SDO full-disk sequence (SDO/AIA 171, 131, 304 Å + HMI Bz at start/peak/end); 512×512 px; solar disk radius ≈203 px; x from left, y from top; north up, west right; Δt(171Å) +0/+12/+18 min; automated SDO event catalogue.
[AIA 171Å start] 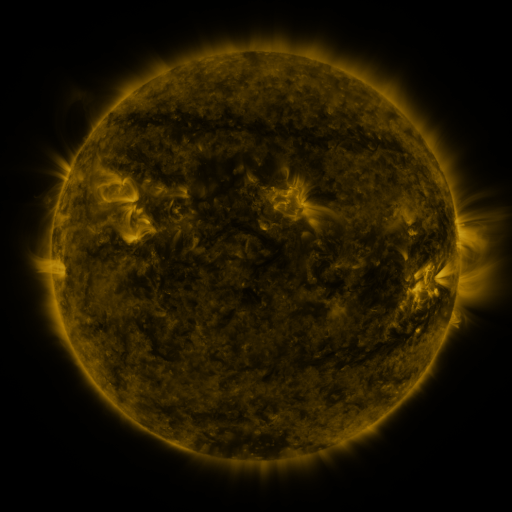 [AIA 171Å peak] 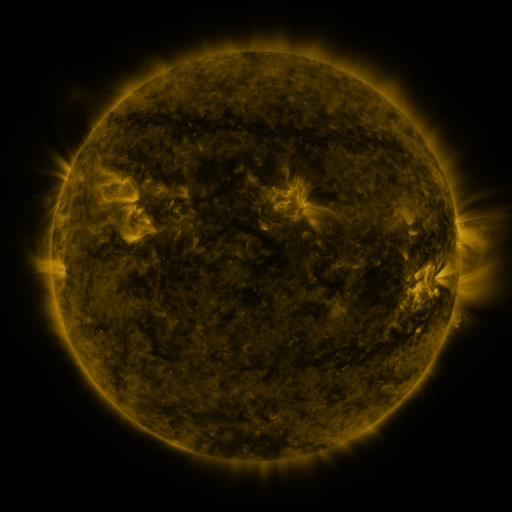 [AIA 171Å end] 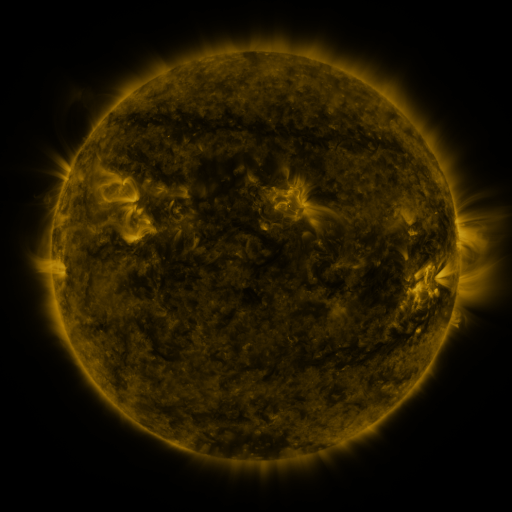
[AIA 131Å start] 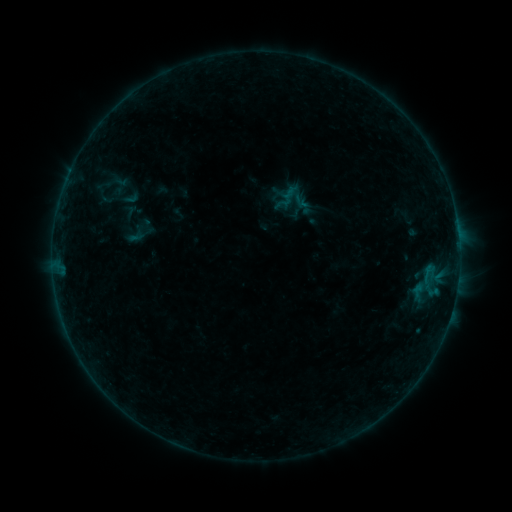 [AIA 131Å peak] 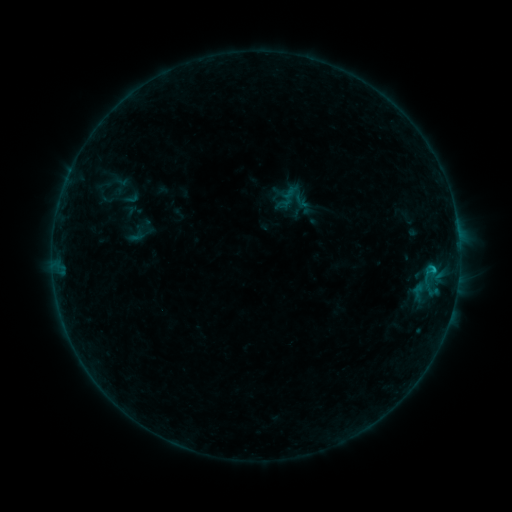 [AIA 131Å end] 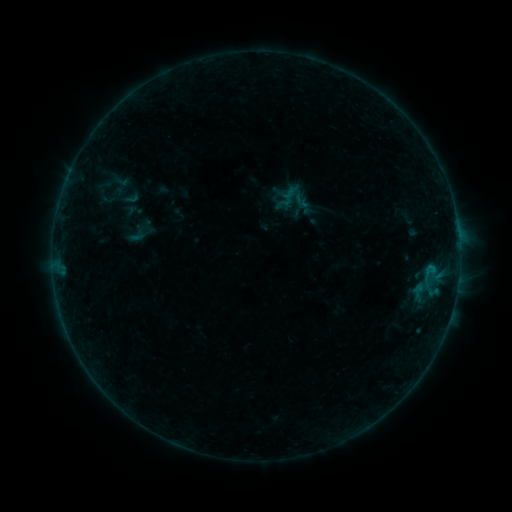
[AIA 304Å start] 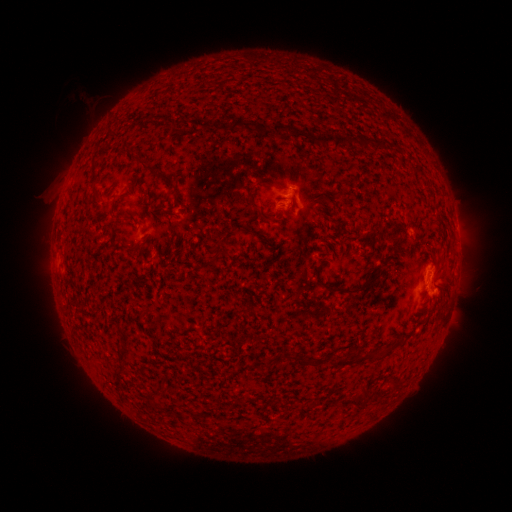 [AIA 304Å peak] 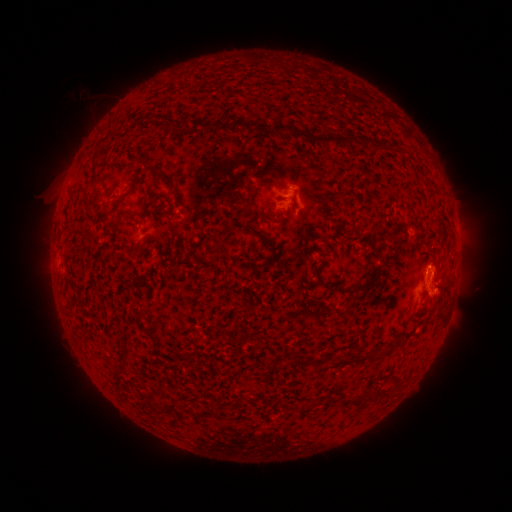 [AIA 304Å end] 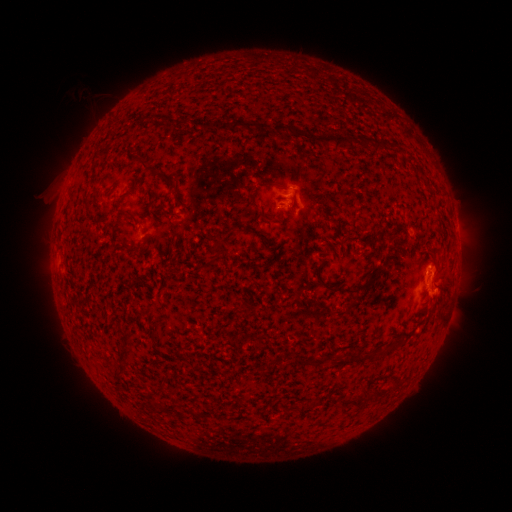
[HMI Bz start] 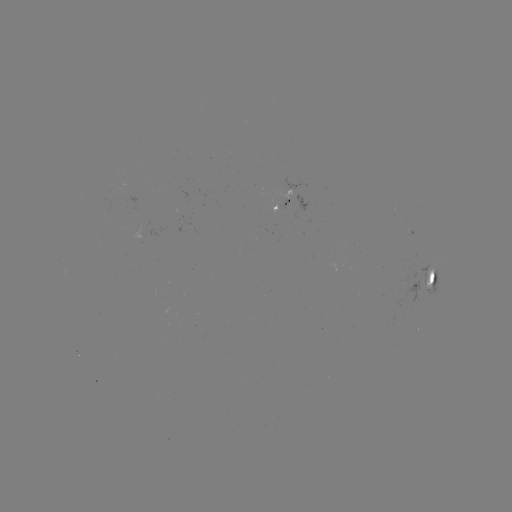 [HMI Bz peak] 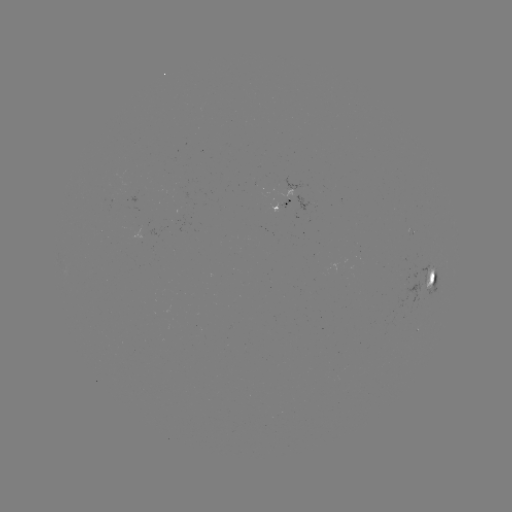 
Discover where B5.5 flare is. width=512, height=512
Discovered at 431,267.